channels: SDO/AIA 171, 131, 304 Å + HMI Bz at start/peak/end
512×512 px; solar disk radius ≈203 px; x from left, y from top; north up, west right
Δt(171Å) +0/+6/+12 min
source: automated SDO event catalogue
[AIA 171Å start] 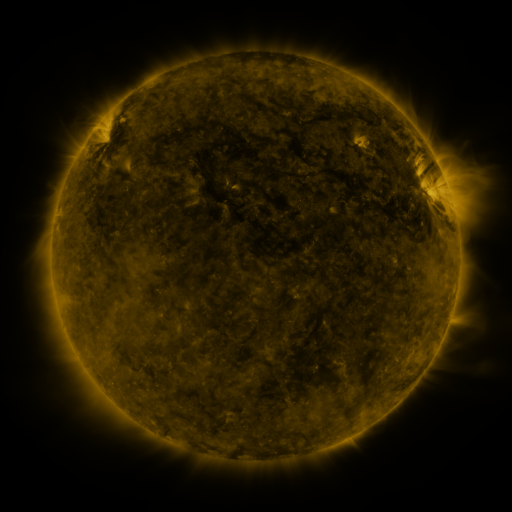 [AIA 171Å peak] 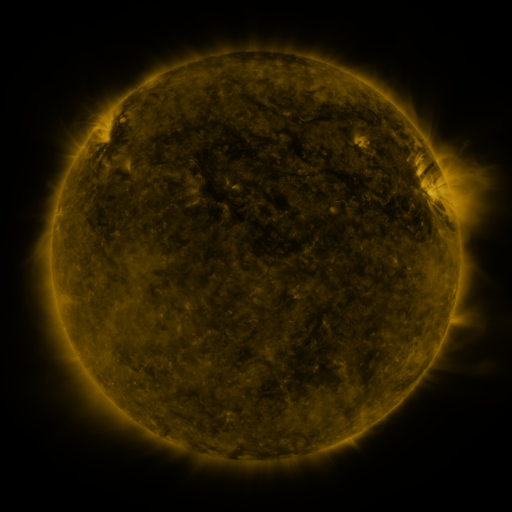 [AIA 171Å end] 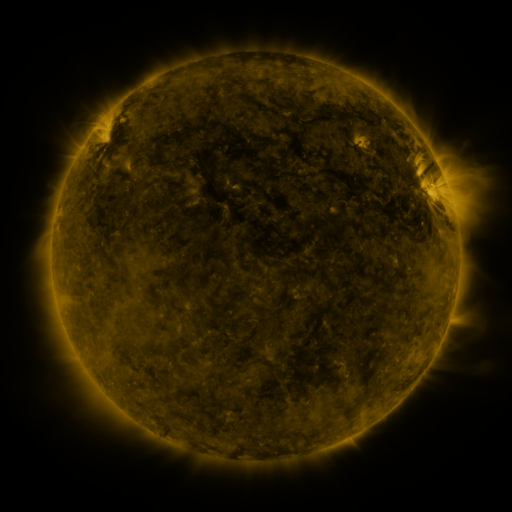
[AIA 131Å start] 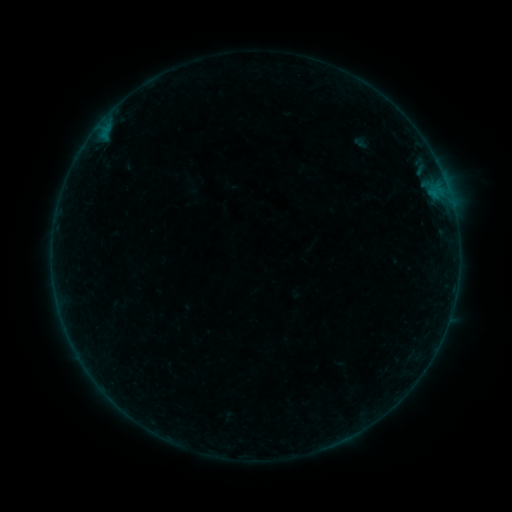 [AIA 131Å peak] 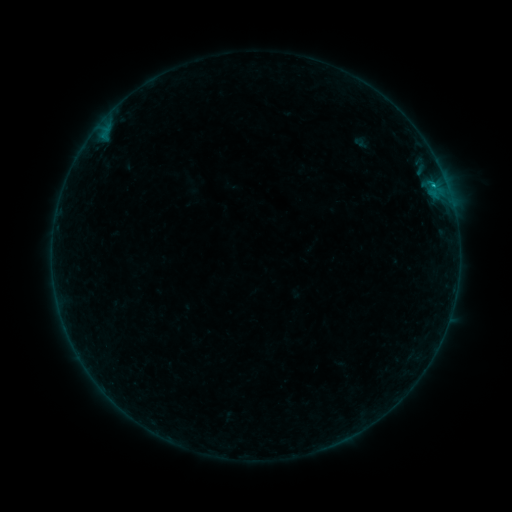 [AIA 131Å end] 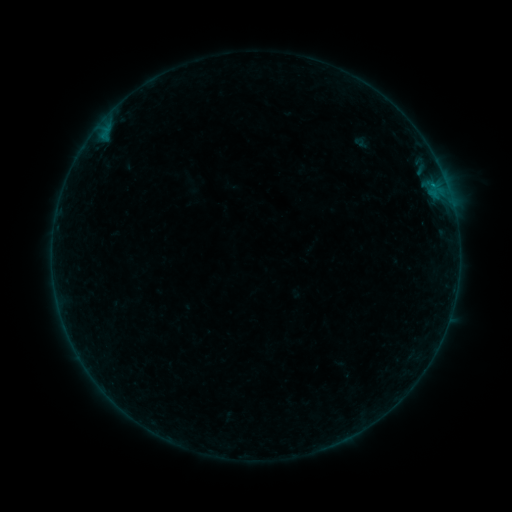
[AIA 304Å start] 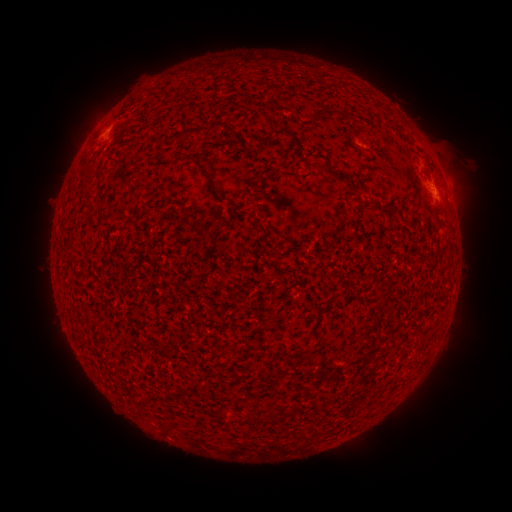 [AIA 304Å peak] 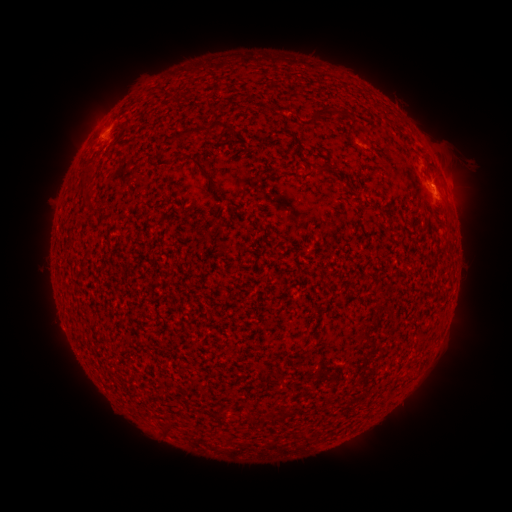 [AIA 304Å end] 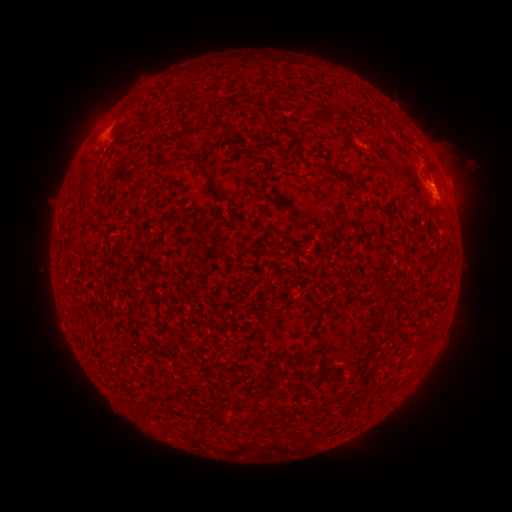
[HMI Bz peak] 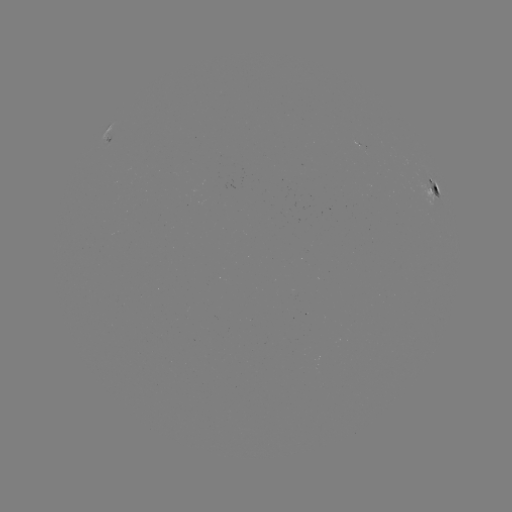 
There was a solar flare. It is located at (432, 199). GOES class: B5.1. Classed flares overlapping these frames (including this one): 1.